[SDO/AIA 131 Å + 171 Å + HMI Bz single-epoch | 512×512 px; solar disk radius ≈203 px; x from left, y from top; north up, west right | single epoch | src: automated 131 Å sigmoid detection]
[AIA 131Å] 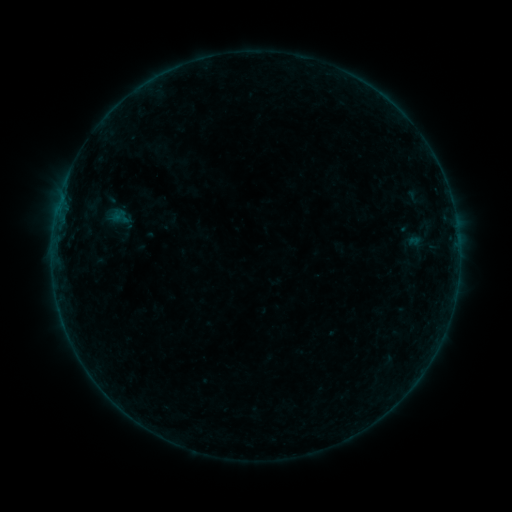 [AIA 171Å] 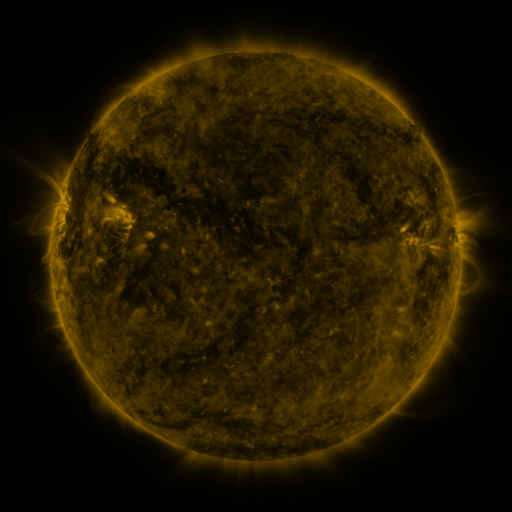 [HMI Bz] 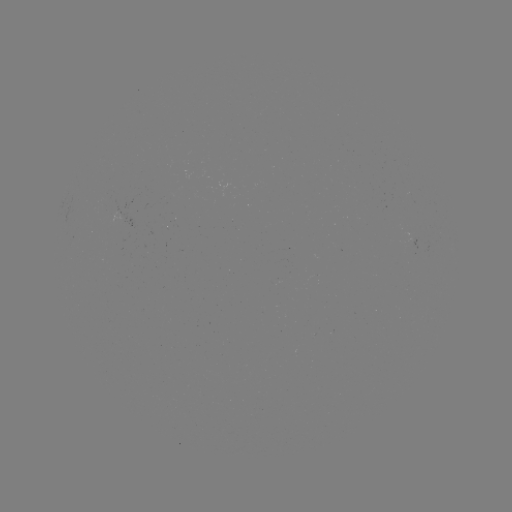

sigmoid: [109, 206, 126, 225]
